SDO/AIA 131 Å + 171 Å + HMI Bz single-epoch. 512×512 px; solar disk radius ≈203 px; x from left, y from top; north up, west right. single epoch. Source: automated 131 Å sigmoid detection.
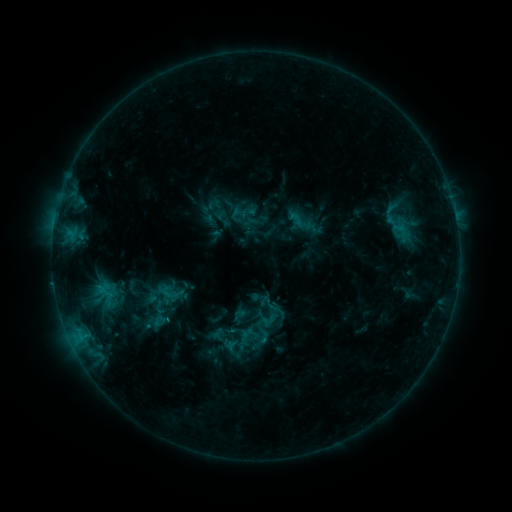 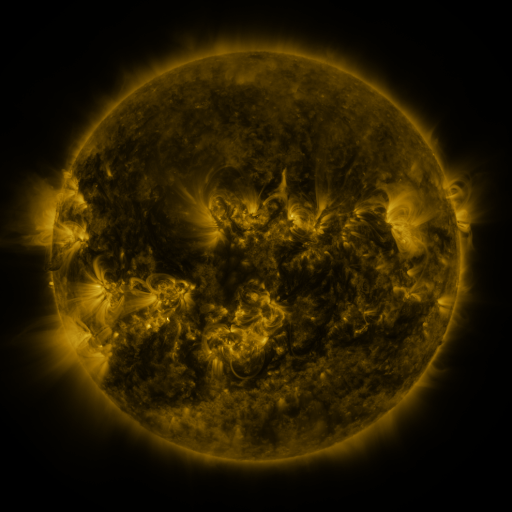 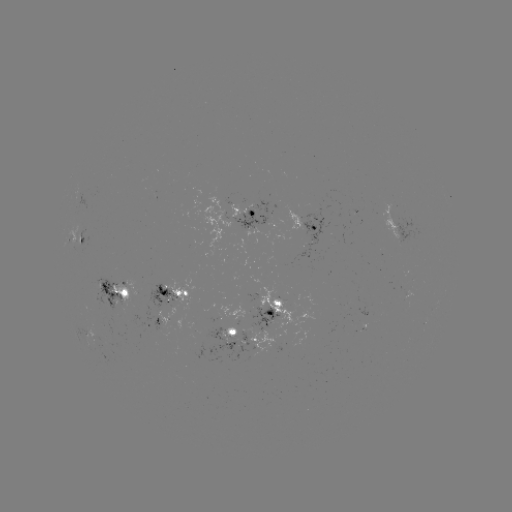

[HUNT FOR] sigmoid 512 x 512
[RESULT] [171, 300]